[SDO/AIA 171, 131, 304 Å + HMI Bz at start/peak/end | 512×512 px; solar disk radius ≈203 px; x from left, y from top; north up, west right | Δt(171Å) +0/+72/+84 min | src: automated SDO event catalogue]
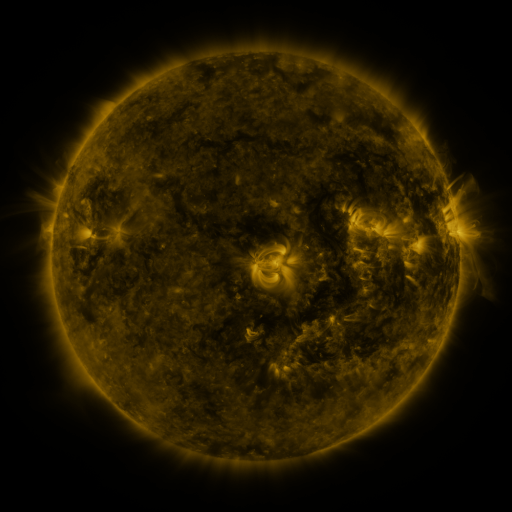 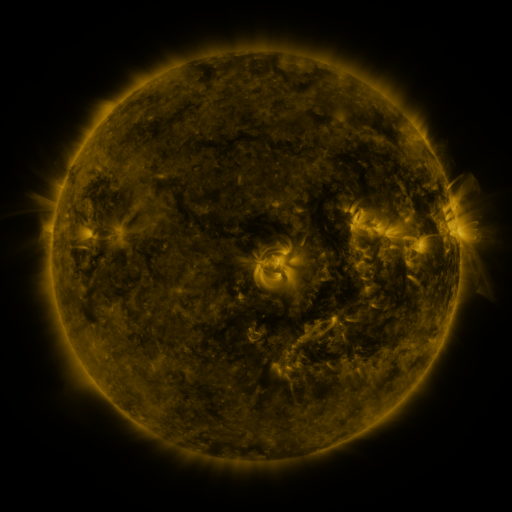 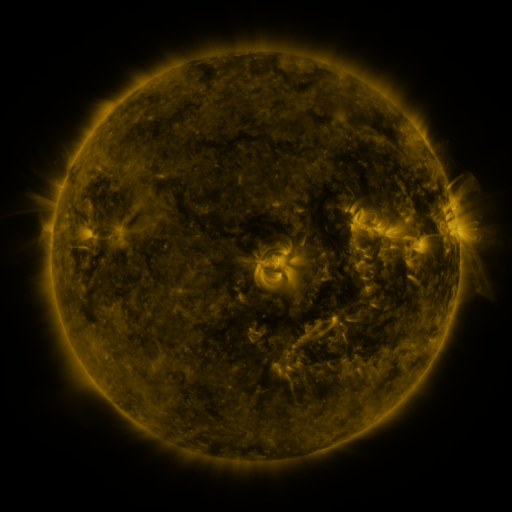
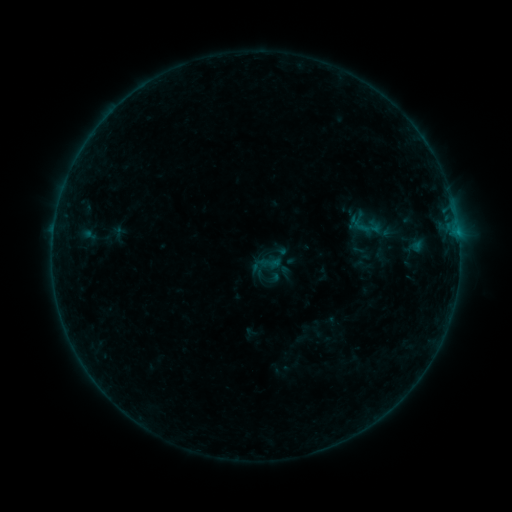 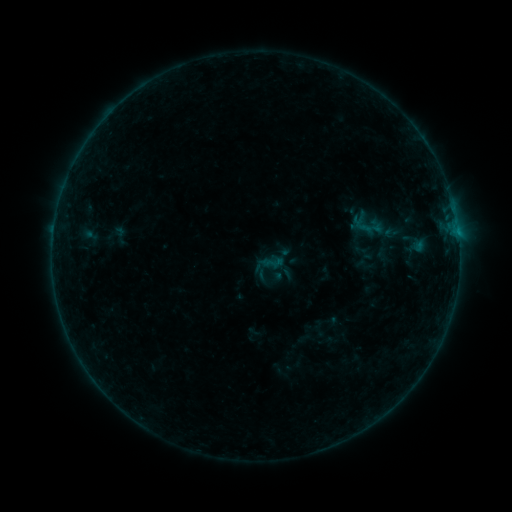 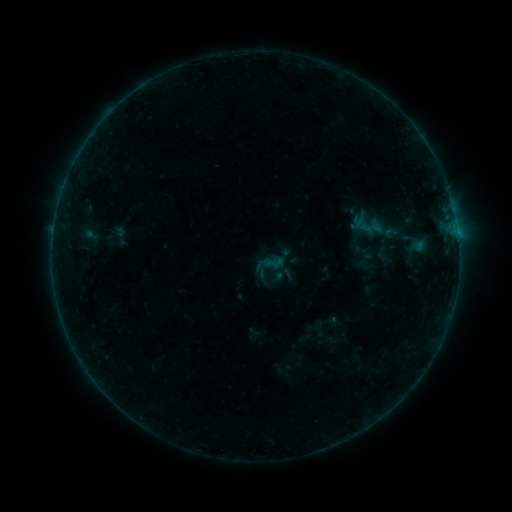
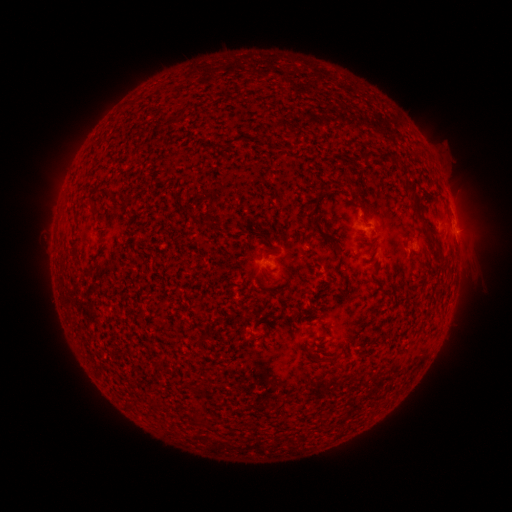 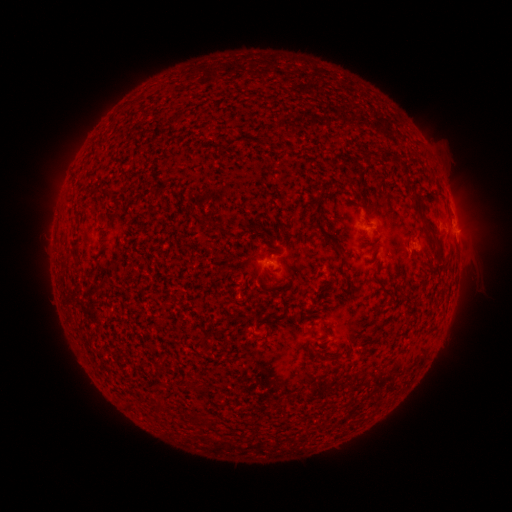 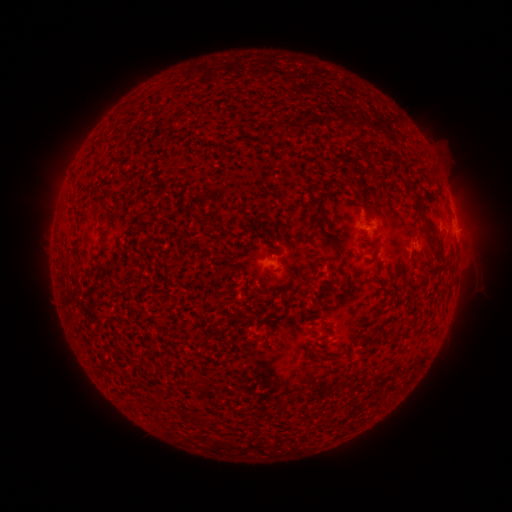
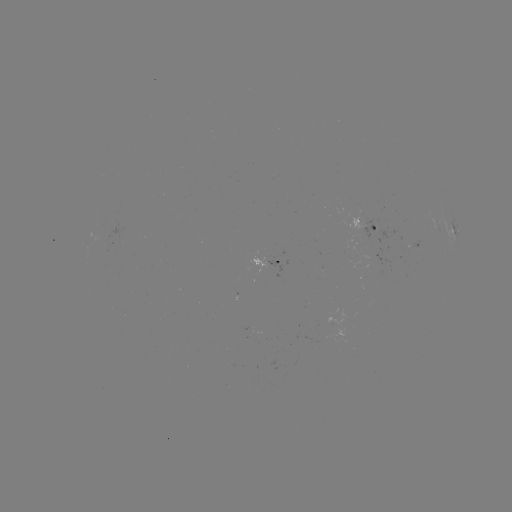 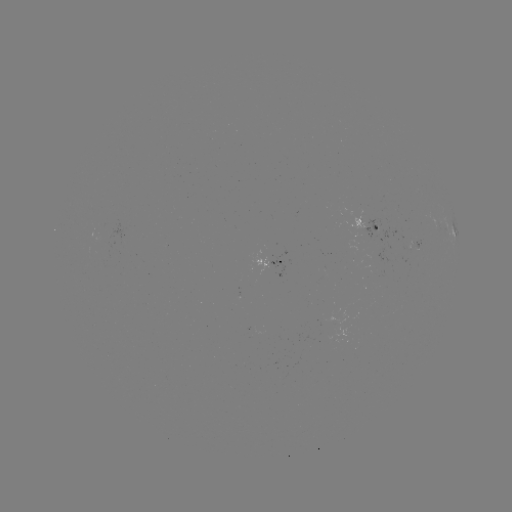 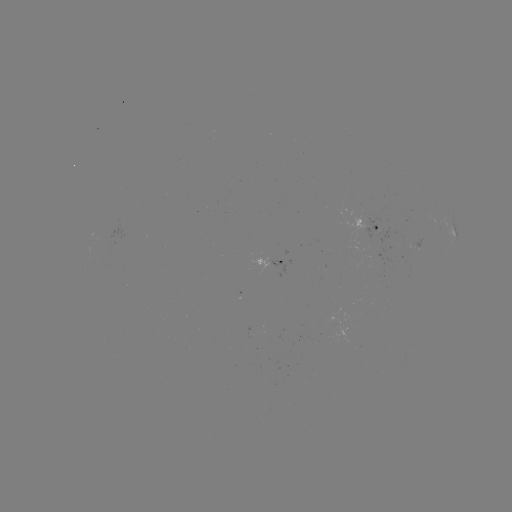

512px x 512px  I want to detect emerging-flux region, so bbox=[250, 255, 272, 276].